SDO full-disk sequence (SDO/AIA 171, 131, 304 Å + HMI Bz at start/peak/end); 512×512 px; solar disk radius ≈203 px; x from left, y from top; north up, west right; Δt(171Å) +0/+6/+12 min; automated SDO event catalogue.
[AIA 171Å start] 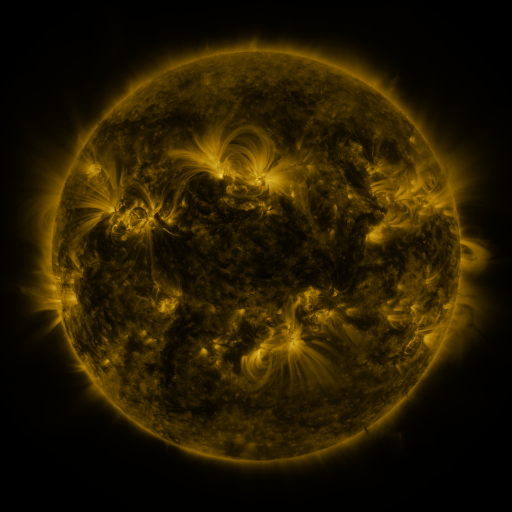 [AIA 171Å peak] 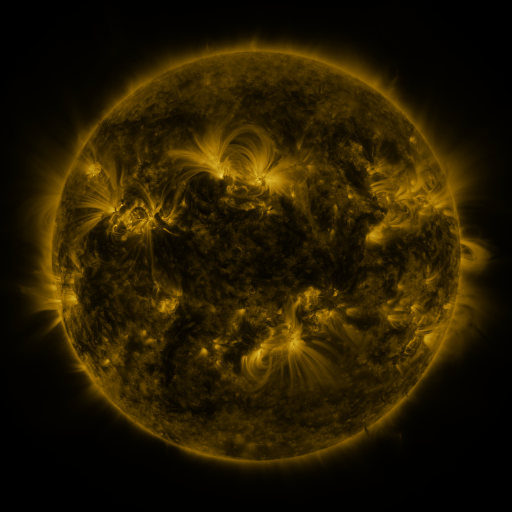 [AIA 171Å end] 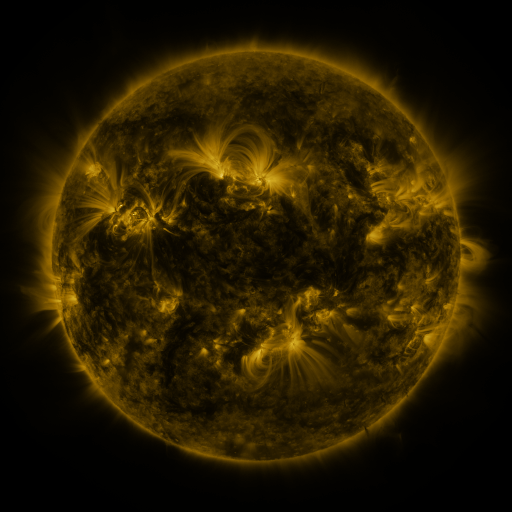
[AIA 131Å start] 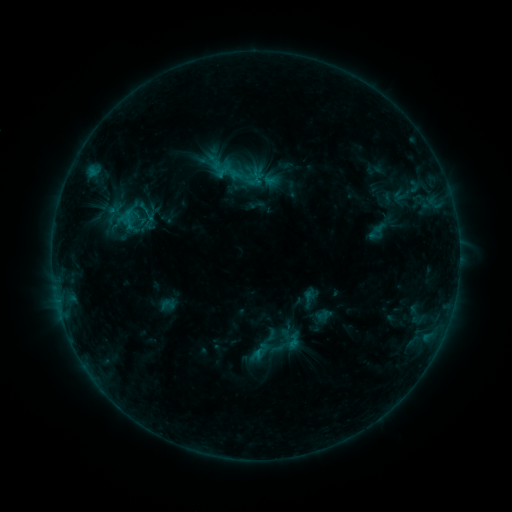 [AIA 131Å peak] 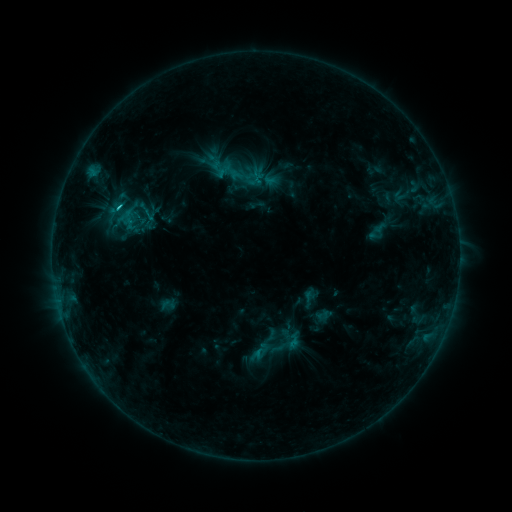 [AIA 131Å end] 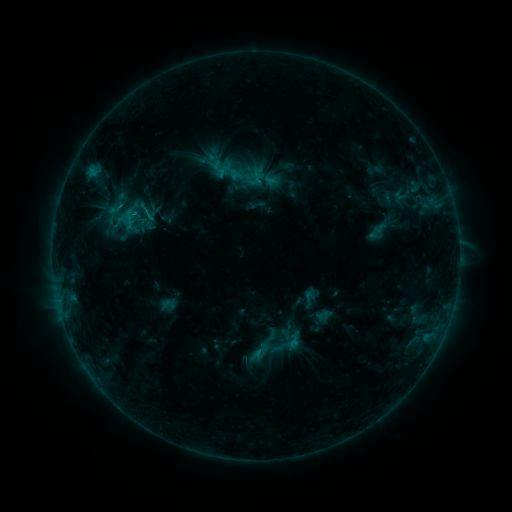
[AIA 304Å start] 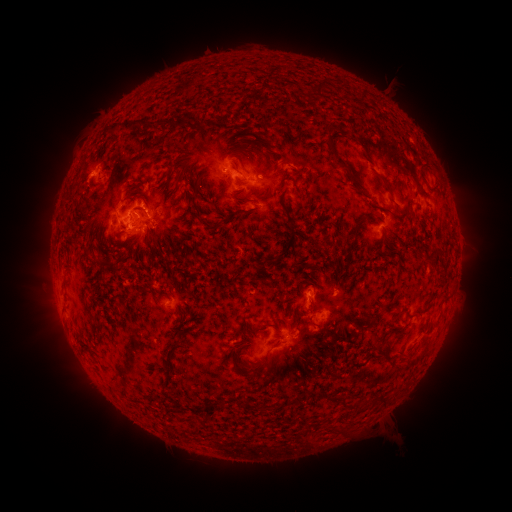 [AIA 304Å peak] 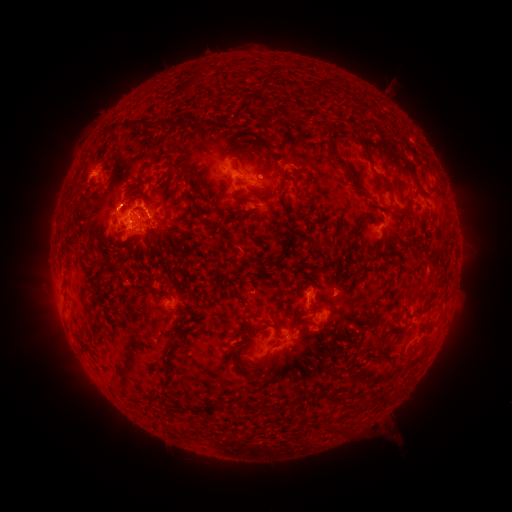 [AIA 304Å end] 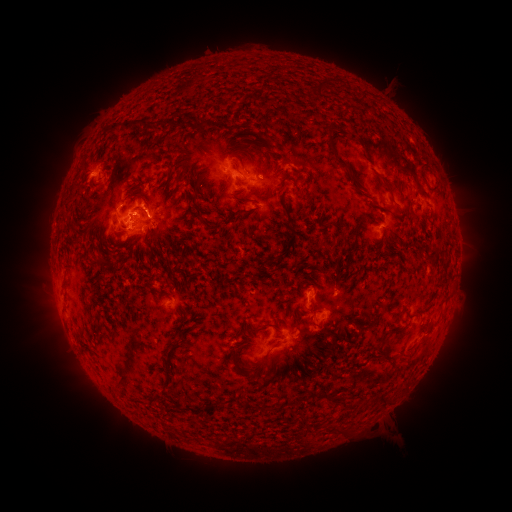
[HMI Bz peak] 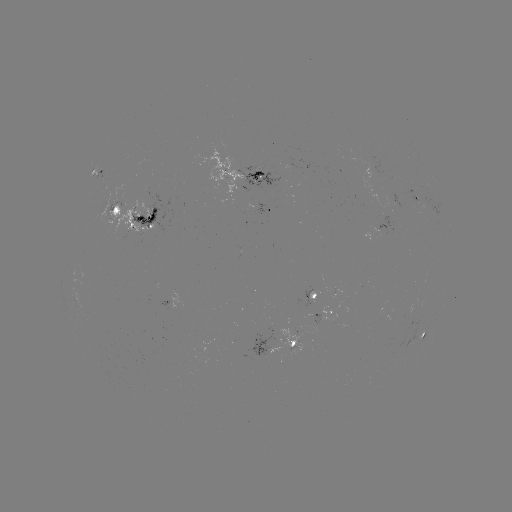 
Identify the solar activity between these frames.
C1.6 flare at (119, 209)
